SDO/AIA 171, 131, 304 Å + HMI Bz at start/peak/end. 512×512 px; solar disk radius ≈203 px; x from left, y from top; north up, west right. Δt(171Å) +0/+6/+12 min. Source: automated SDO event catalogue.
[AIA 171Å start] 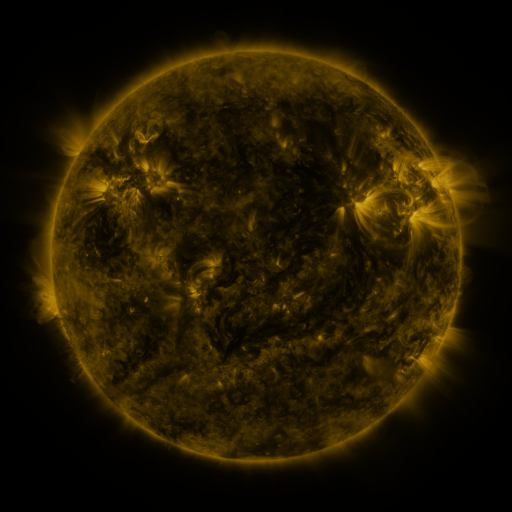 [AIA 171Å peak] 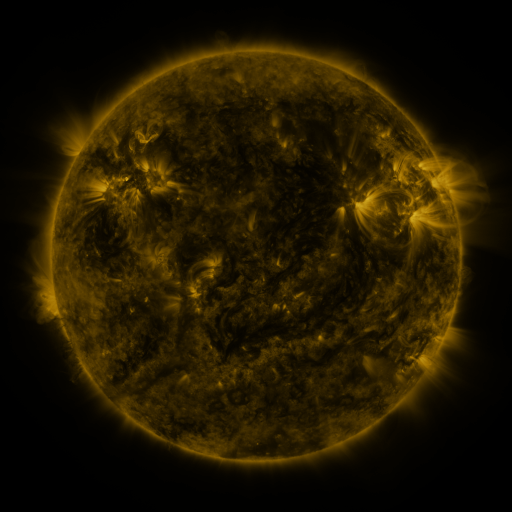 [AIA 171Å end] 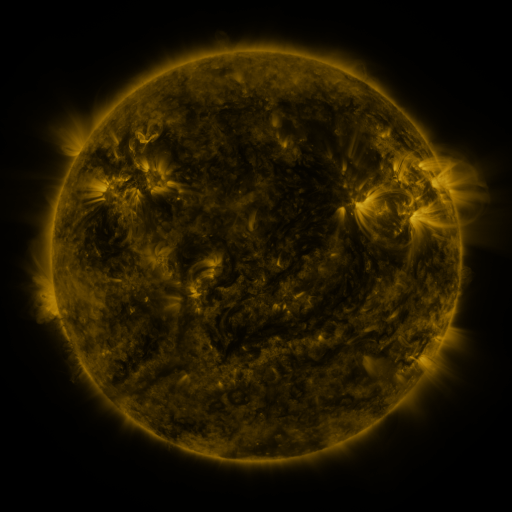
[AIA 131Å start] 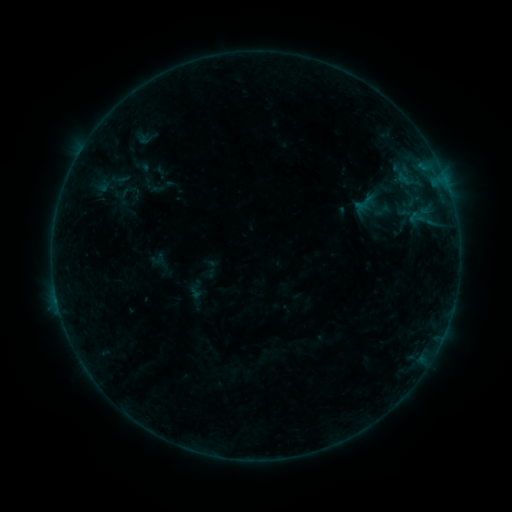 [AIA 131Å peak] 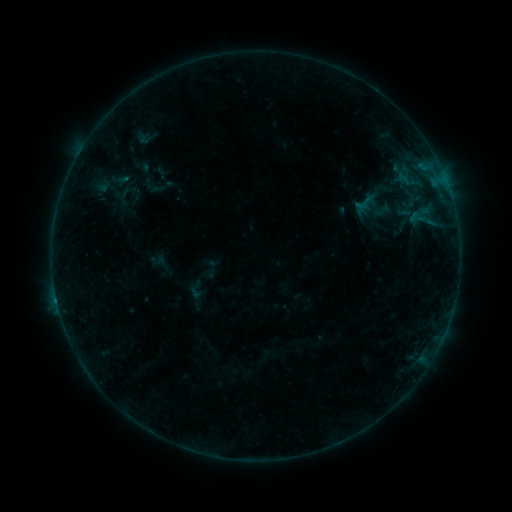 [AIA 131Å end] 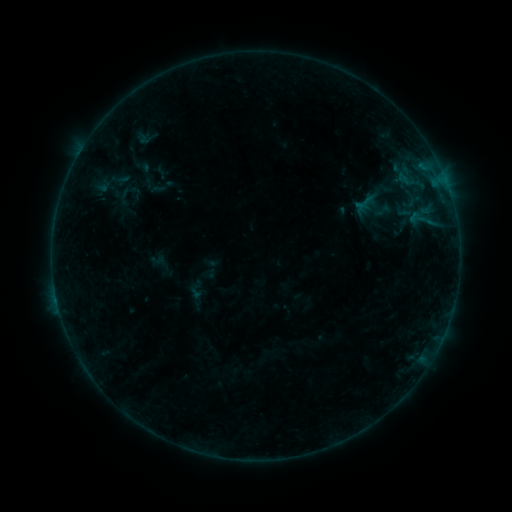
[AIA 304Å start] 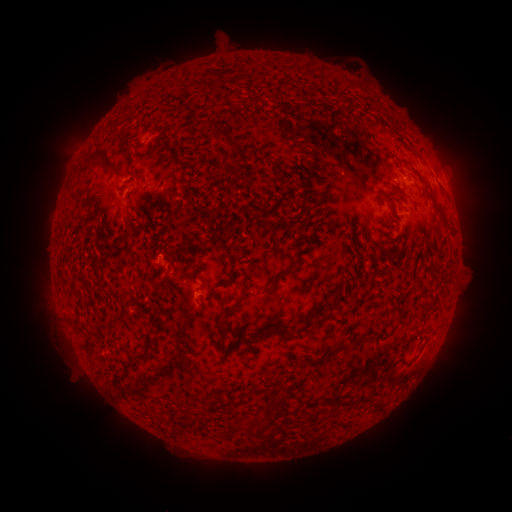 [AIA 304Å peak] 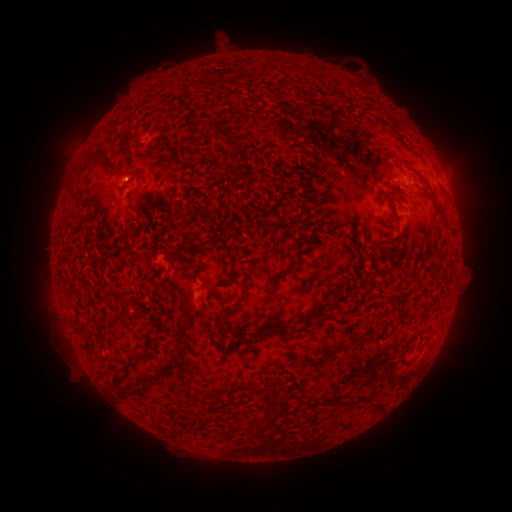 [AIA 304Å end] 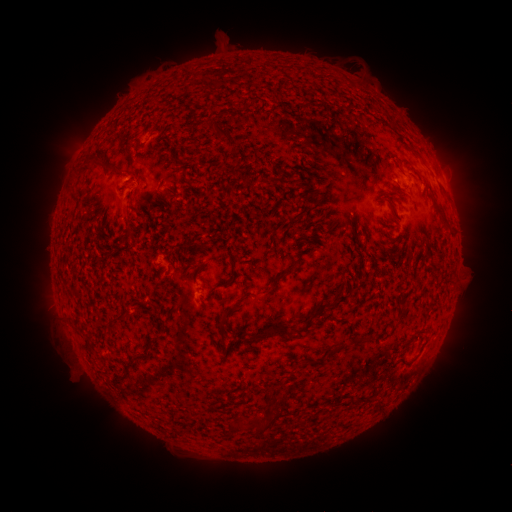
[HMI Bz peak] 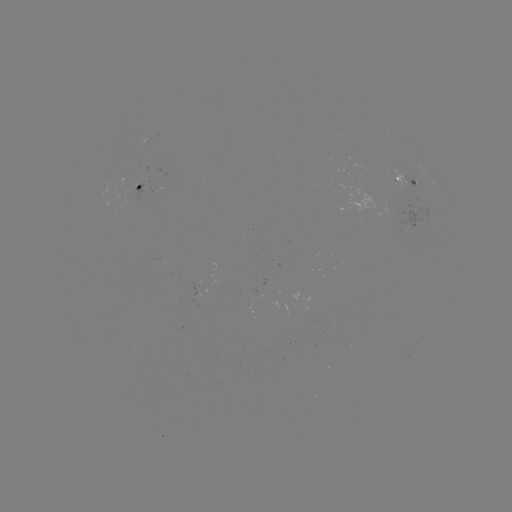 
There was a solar flare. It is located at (57, 297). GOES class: B2.7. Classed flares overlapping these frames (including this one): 1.